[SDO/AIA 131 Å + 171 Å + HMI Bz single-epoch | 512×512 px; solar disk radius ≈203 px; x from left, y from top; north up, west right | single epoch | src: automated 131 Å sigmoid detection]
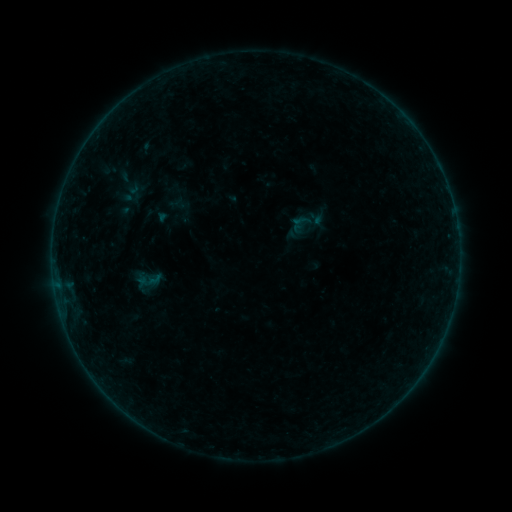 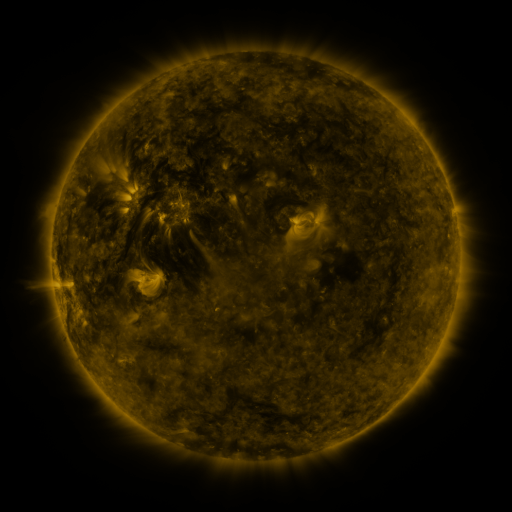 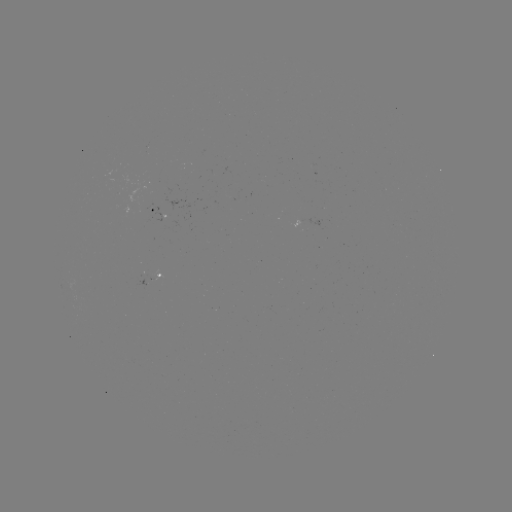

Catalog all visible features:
sigmoid: (146, 279)
